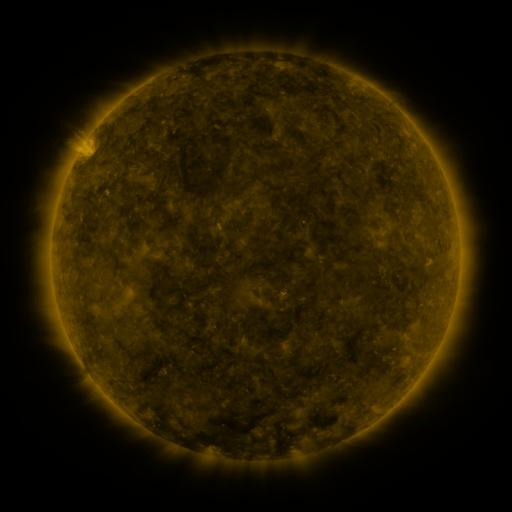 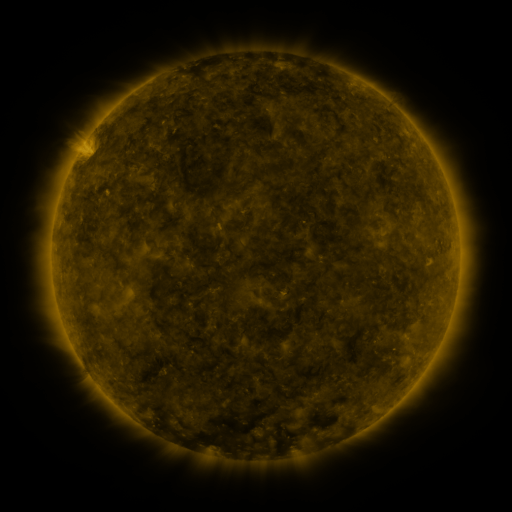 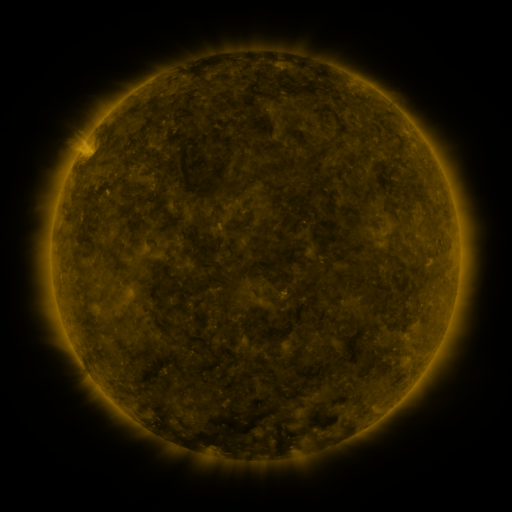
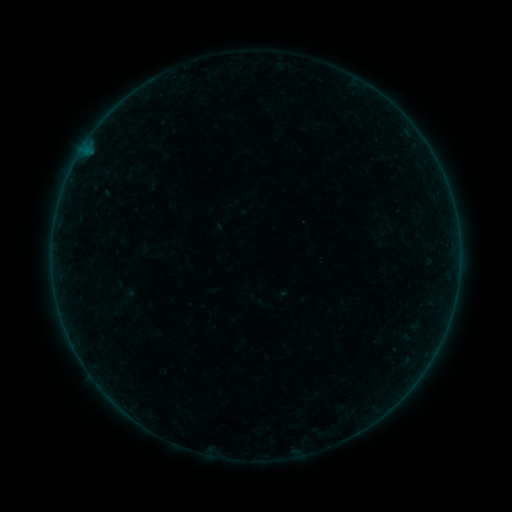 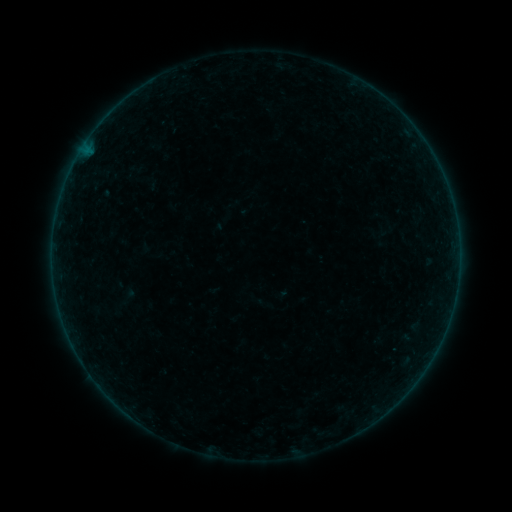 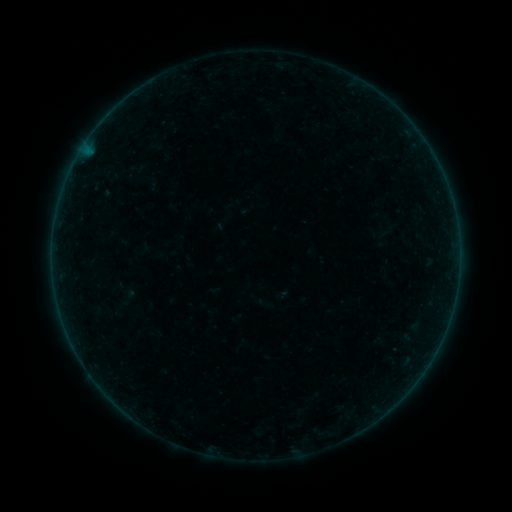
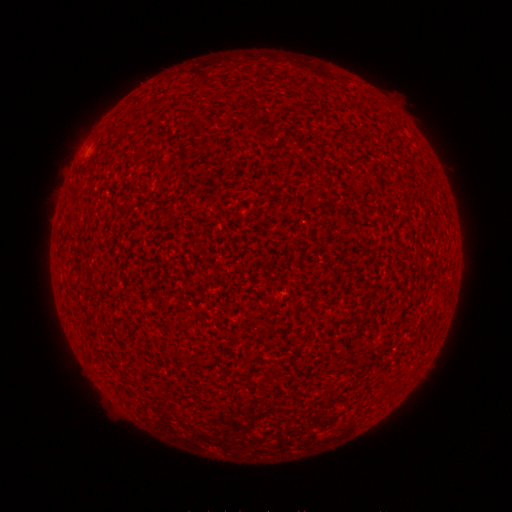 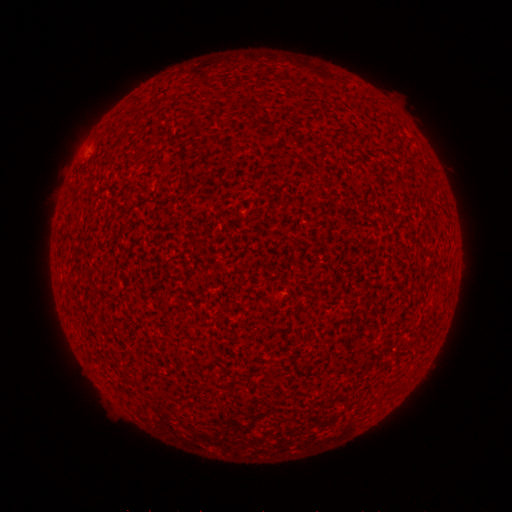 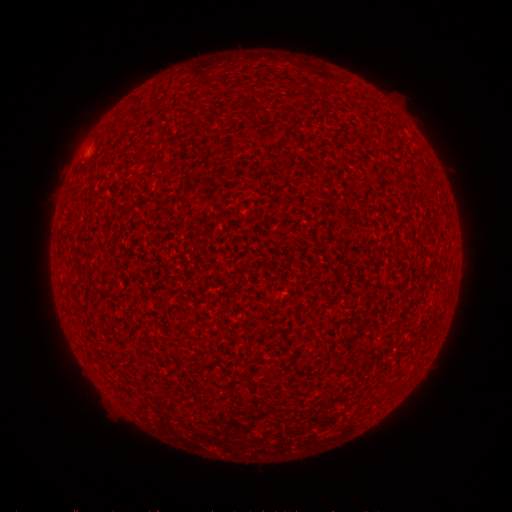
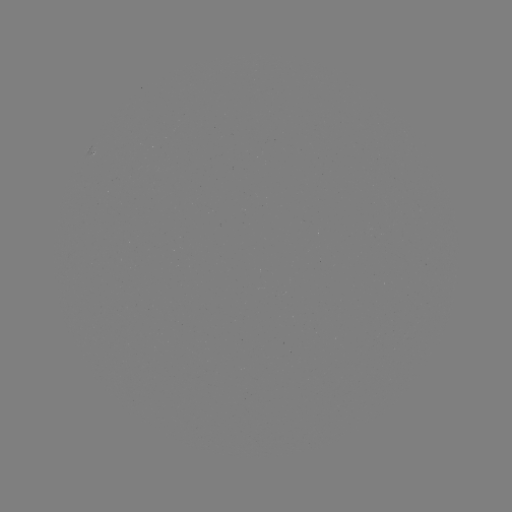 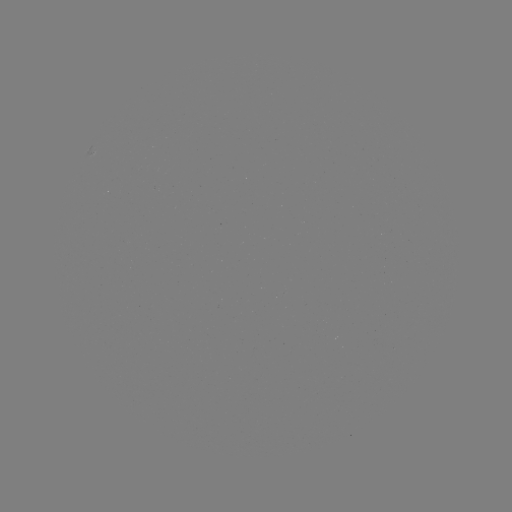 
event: flare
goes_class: A1.7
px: (85, 152)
